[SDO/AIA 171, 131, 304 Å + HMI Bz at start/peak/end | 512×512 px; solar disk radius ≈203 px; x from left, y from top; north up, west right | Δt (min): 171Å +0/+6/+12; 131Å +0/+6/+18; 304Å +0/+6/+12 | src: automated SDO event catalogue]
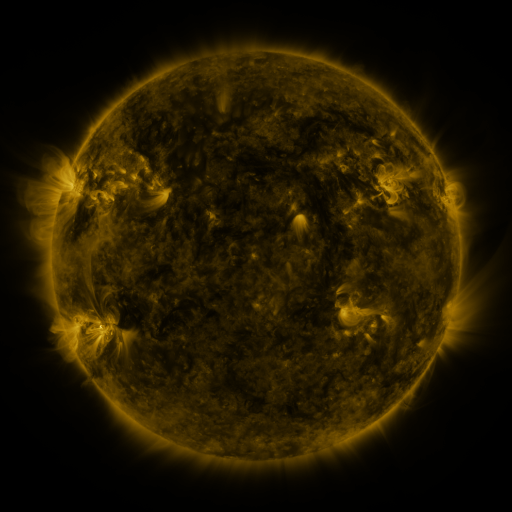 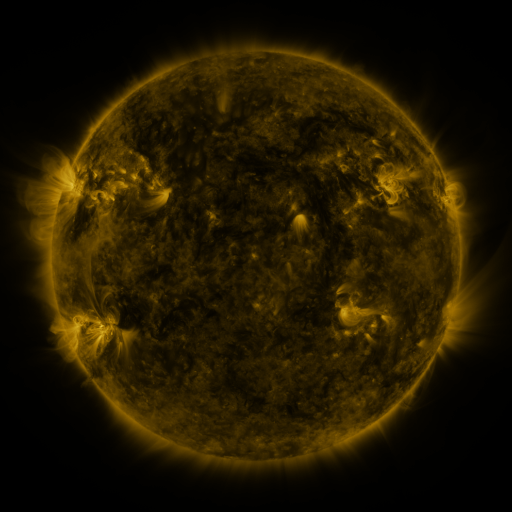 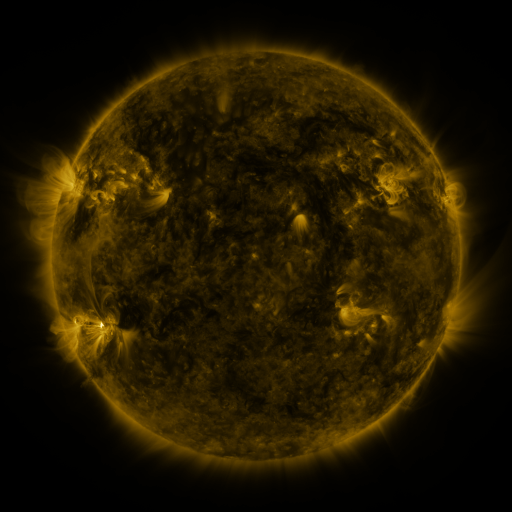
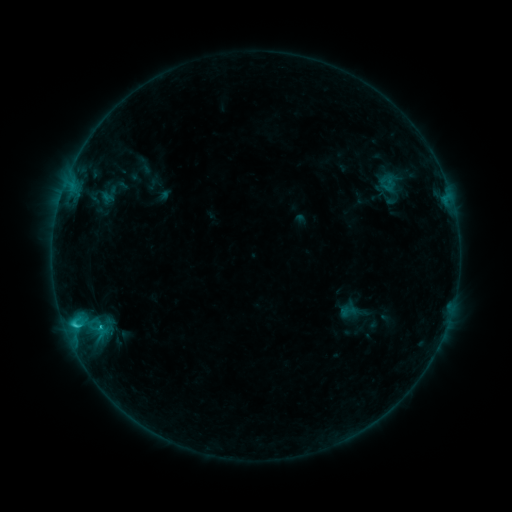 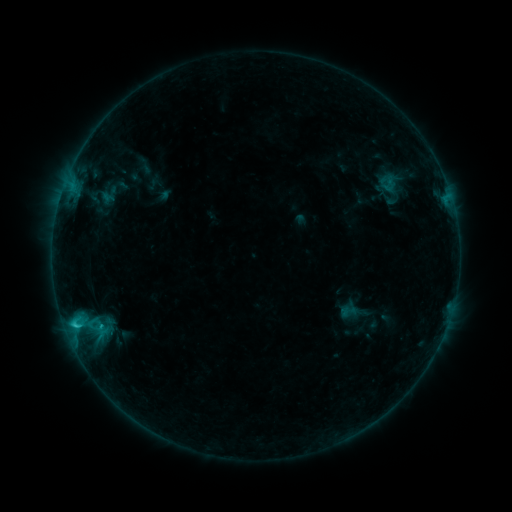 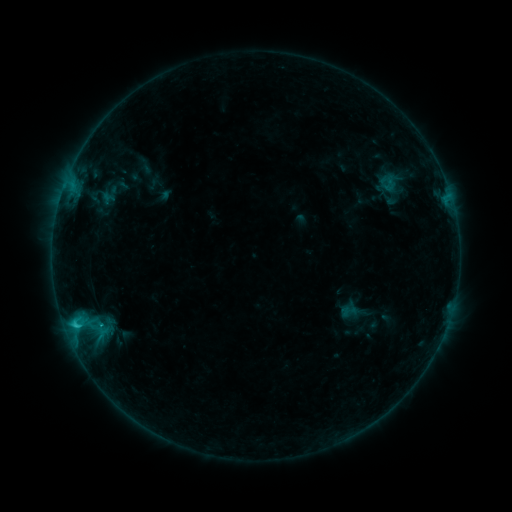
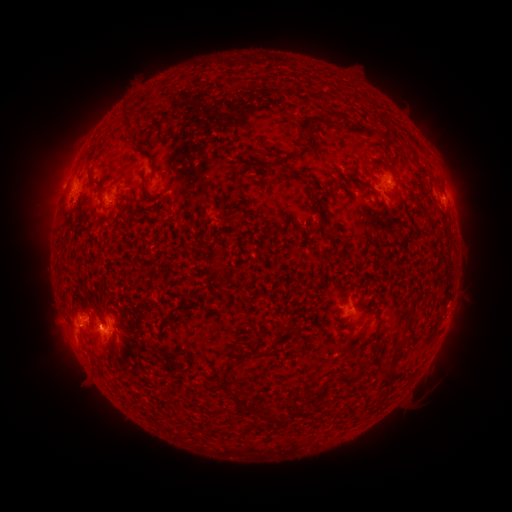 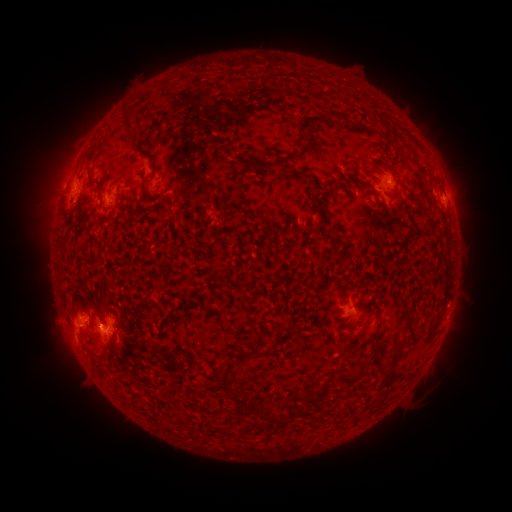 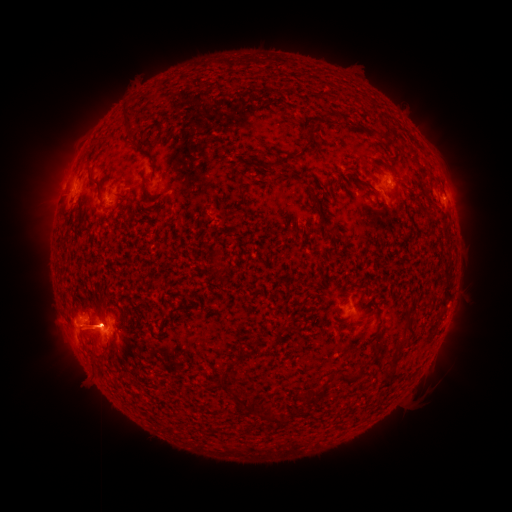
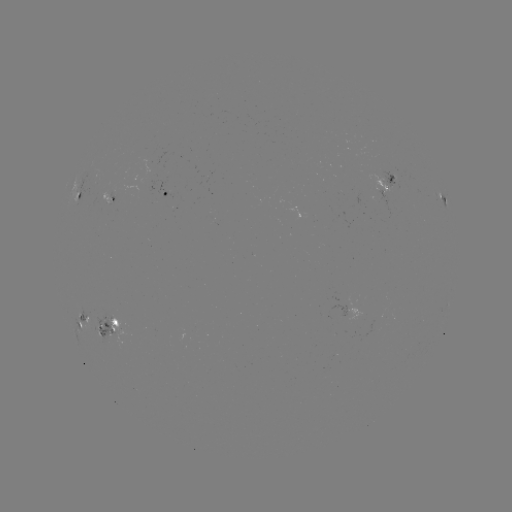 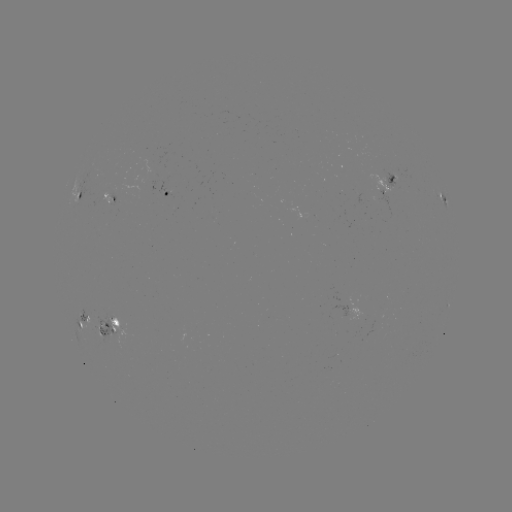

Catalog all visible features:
C7.0 flare: (76, 324)
